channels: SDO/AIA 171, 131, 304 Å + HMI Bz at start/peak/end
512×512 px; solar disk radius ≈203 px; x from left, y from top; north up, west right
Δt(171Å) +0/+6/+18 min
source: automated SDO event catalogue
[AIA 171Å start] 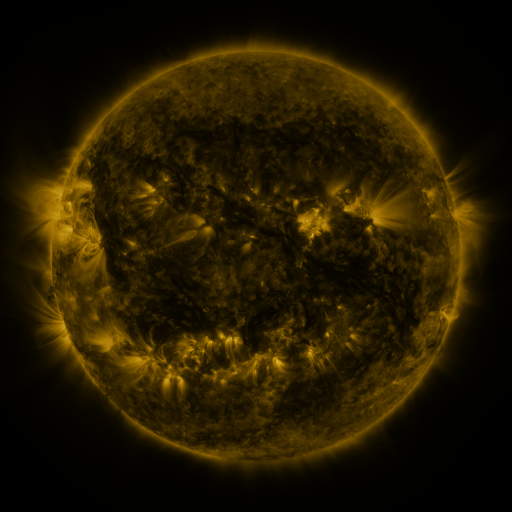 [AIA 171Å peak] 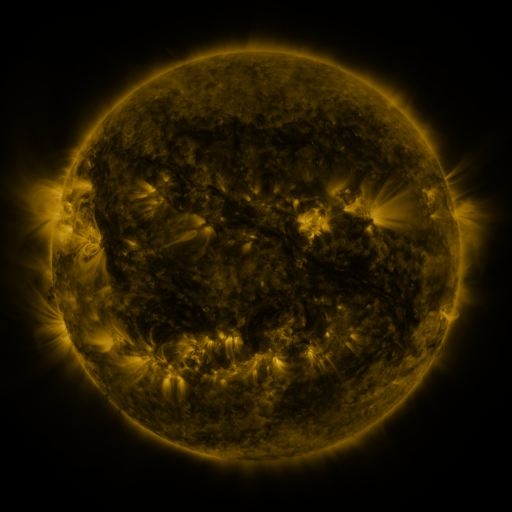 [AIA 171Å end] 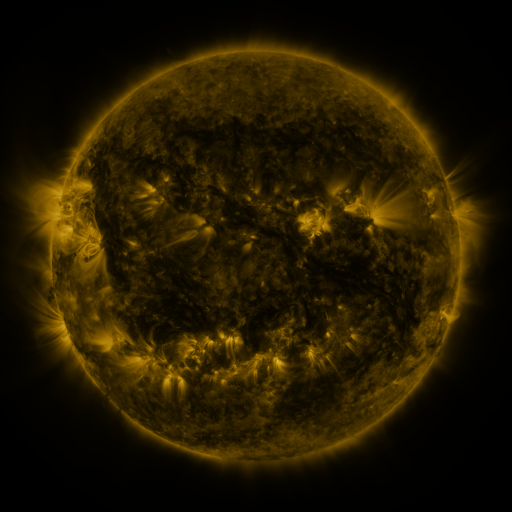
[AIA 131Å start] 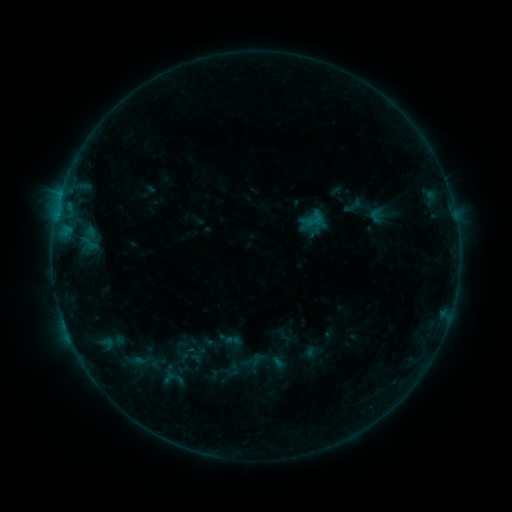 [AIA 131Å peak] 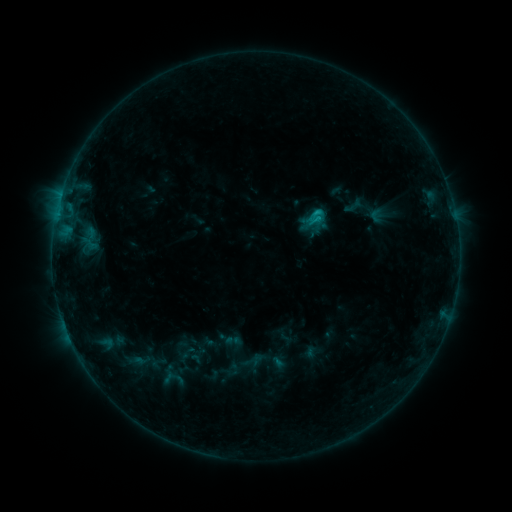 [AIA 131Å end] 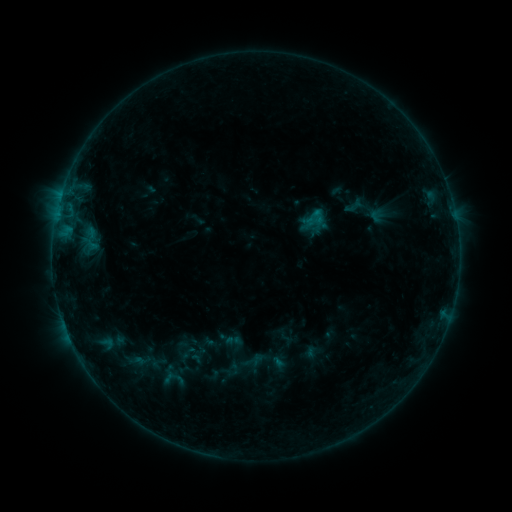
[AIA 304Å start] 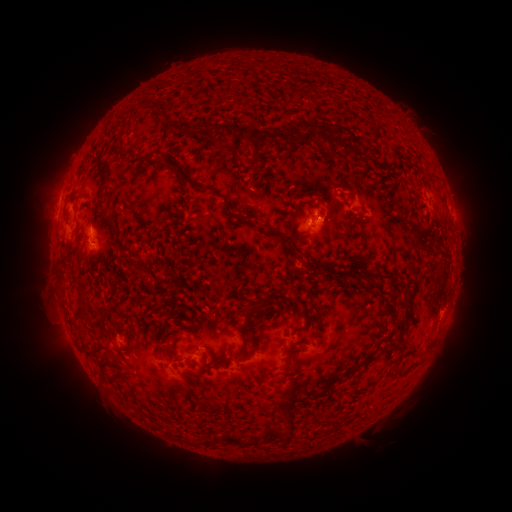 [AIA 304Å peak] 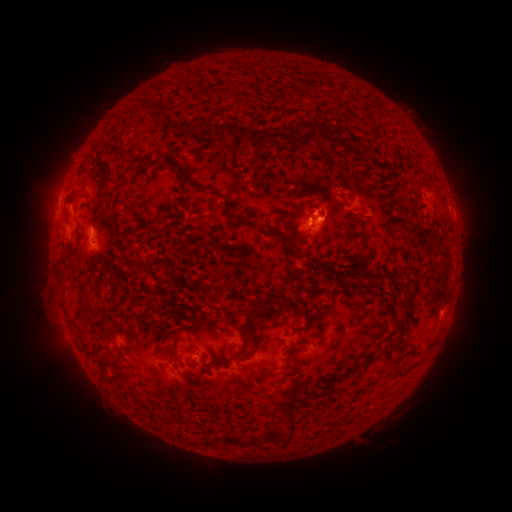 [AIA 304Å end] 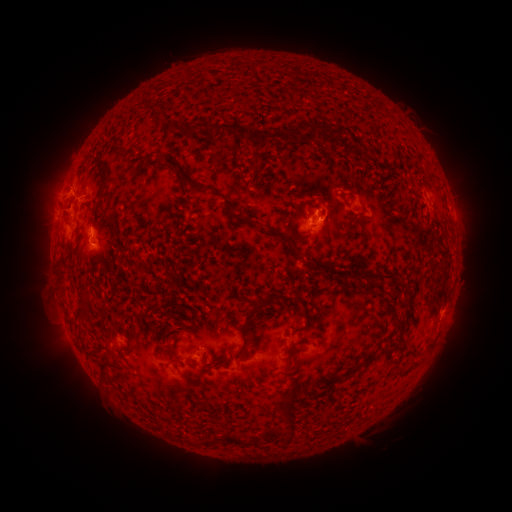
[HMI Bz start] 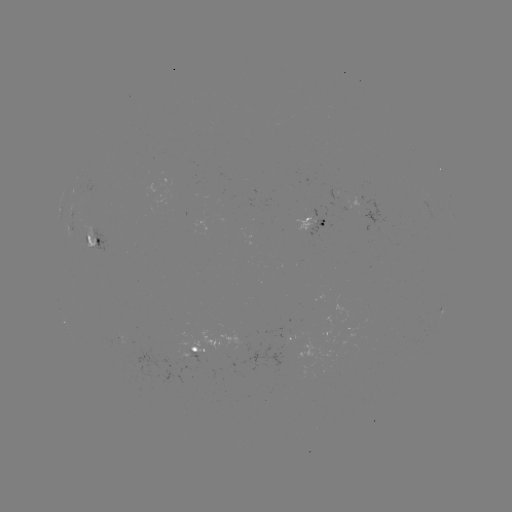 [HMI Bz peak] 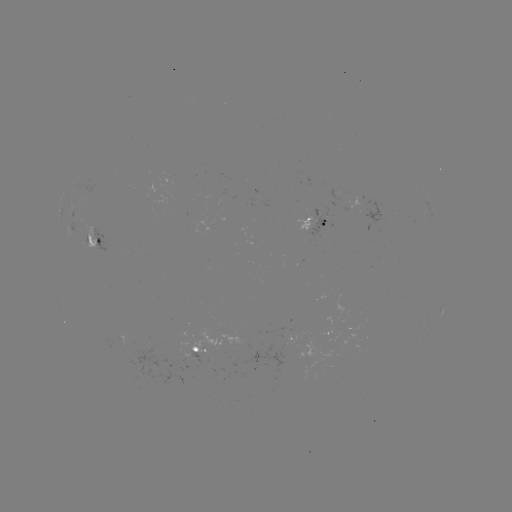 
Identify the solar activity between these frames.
B7.8 flare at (315, 216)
